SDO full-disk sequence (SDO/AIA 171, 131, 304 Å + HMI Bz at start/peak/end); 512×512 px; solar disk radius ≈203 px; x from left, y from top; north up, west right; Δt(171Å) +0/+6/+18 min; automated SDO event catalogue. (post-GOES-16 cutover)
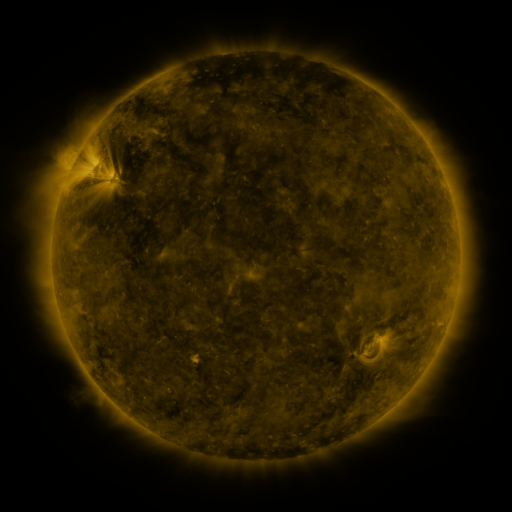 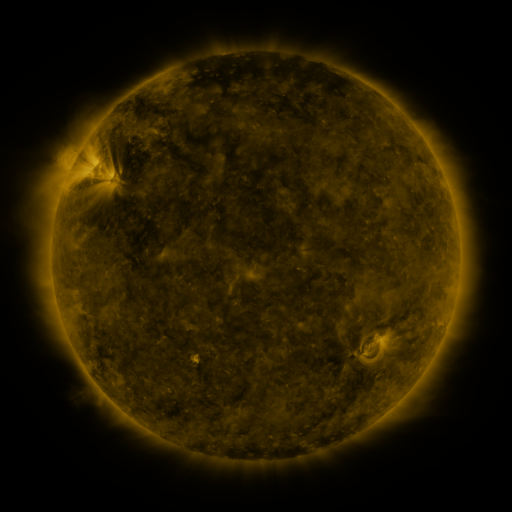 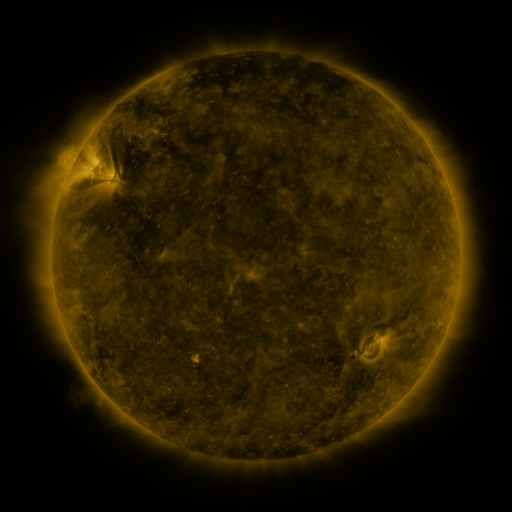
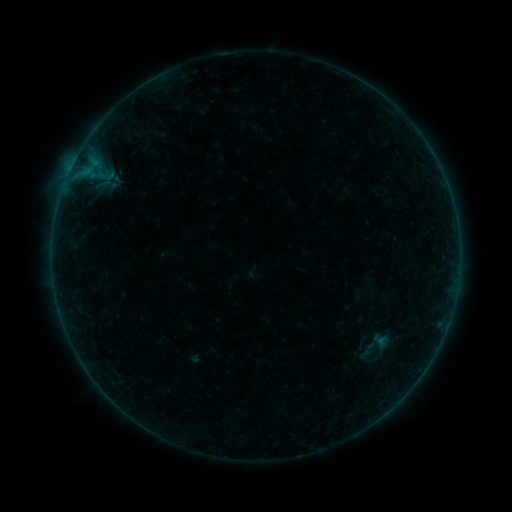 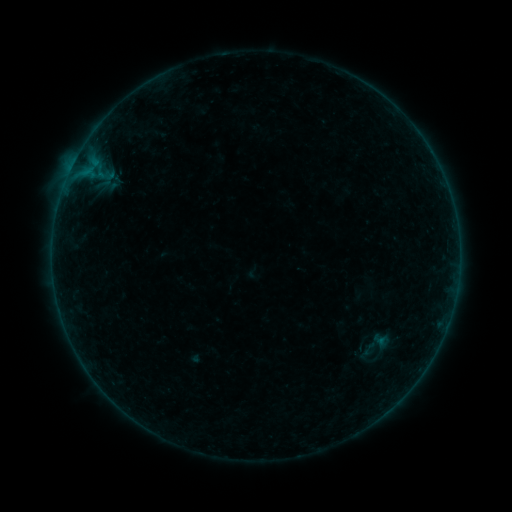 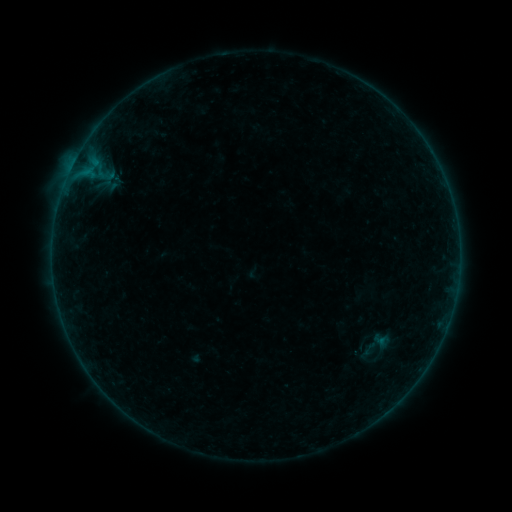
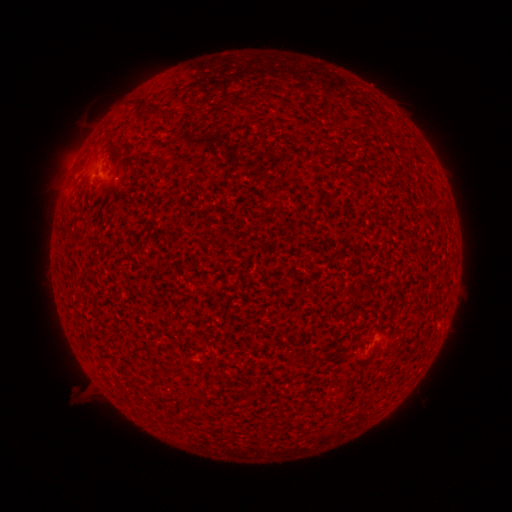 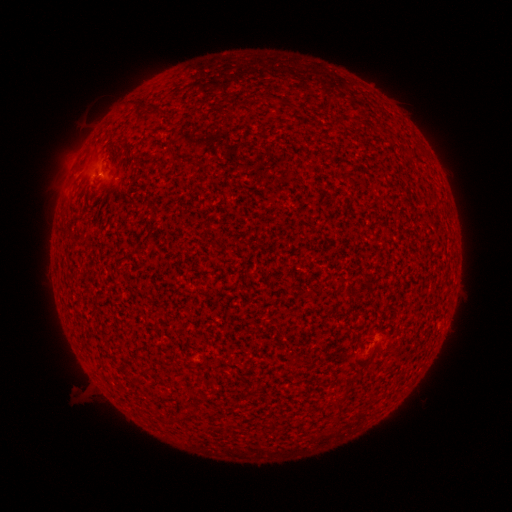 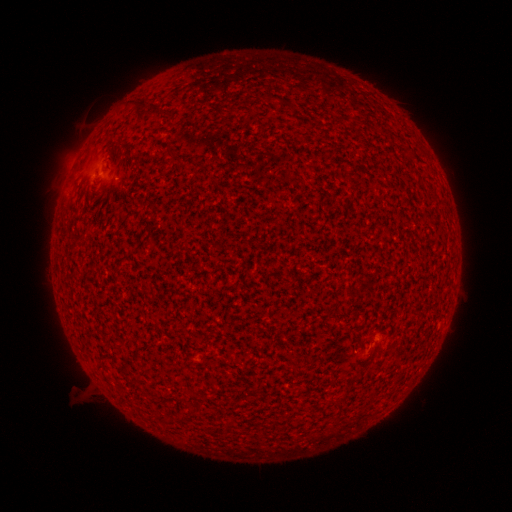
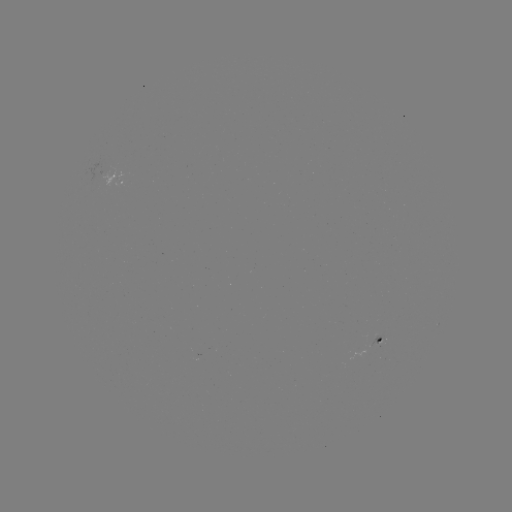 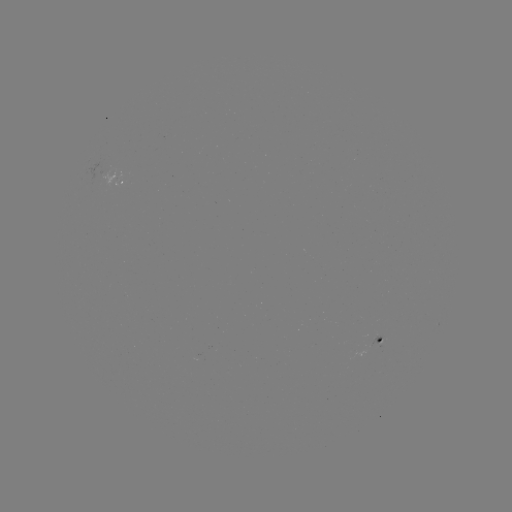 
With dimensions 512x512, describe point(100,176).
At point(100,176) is A5.7 flare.